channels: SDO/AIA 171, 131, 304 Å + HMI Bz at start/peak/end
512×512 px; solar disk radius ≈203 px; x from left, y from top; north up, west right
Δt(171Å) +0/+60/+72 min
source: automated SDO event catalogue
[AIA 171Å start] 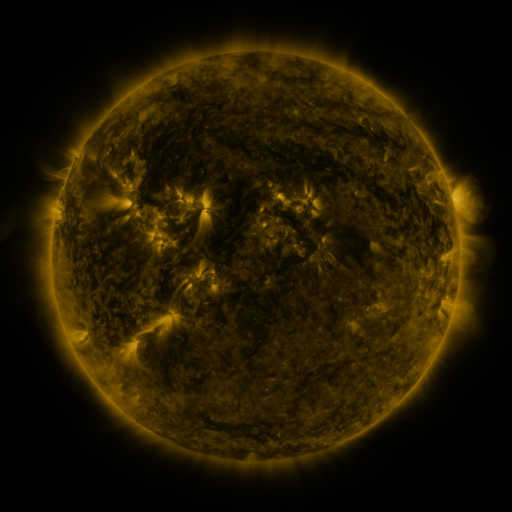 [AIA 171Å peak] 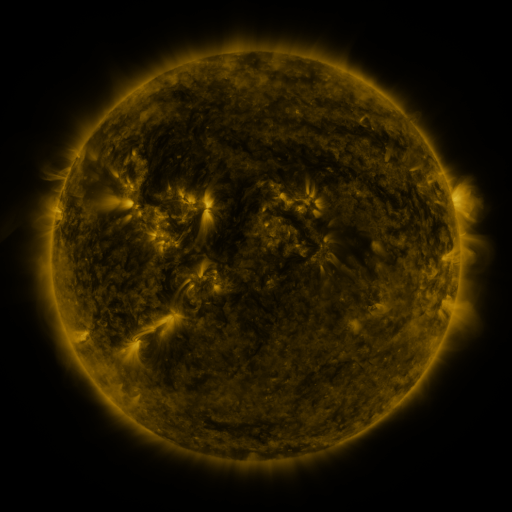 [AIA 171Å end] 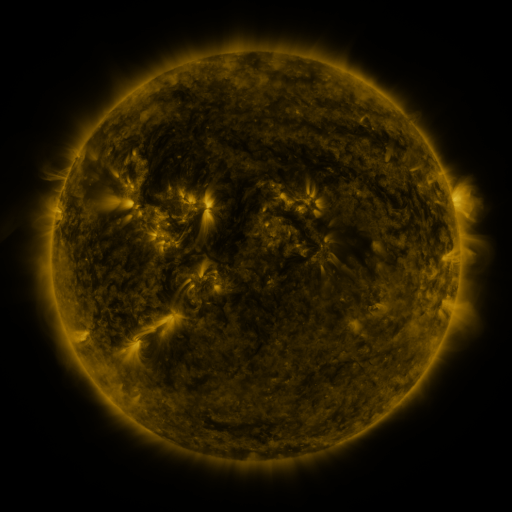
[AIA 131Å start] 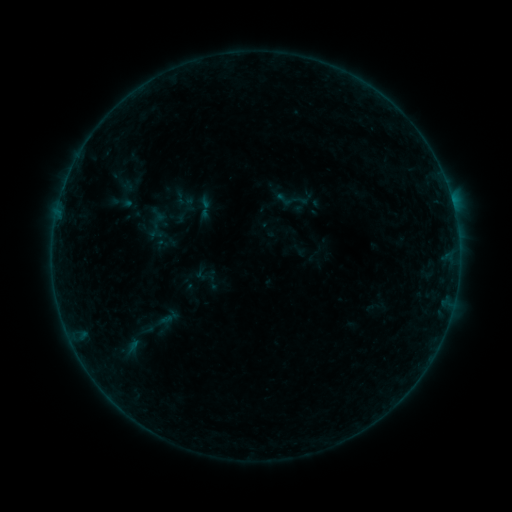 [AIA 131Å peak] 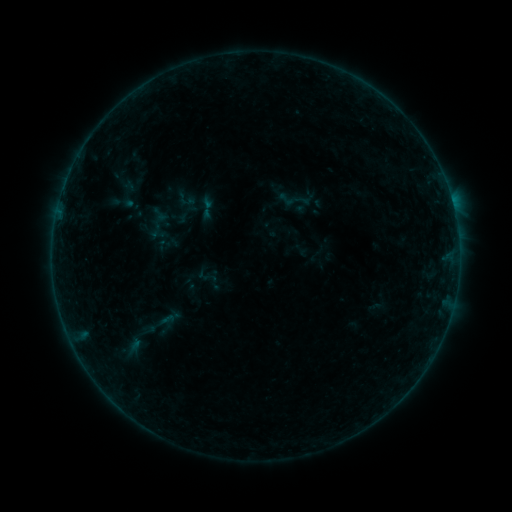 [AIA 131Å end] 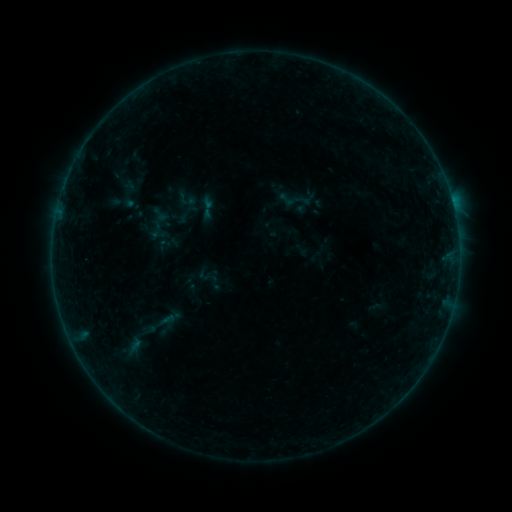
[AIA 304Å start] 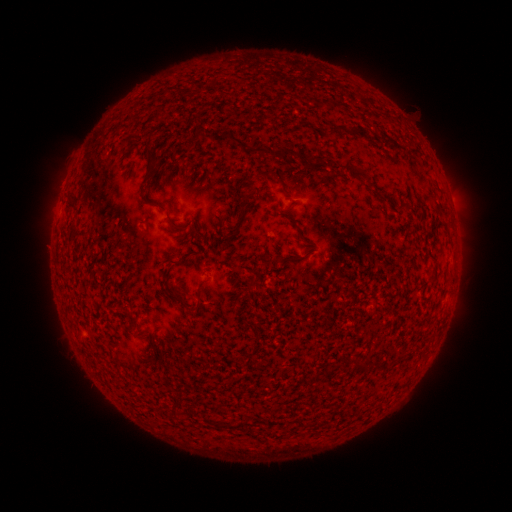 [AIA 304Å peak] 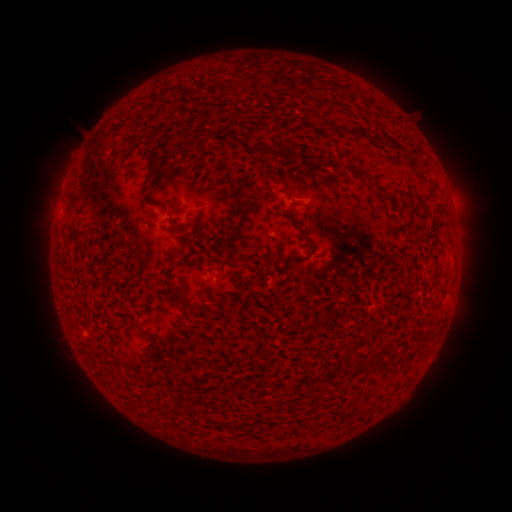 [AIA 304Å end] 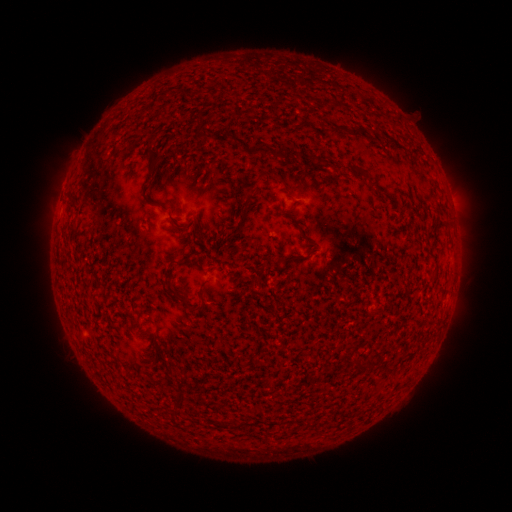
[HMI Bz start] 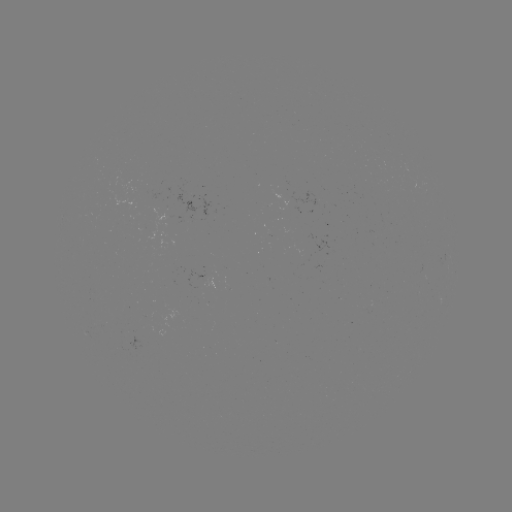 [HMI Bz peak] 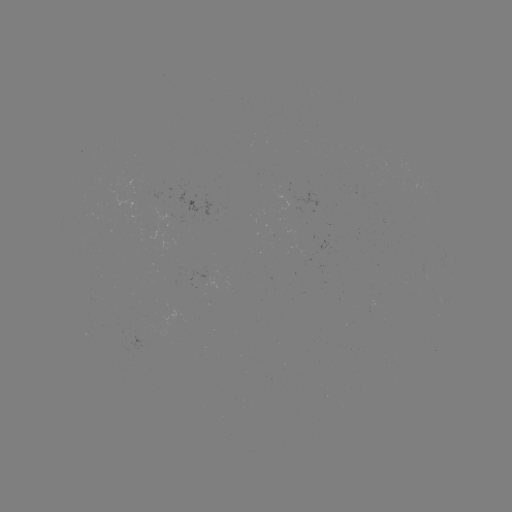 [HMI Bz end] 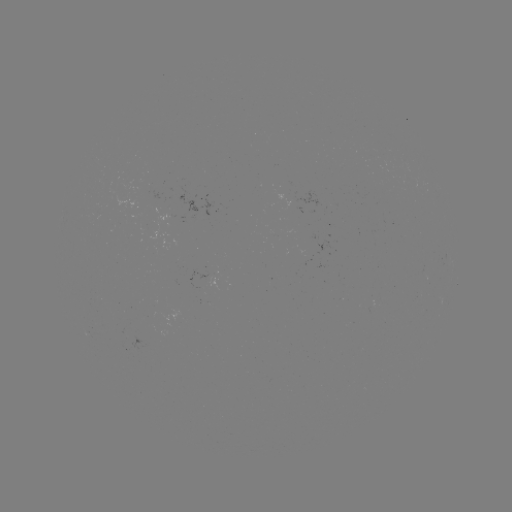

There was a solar emerging-flux region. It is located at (202, 280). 